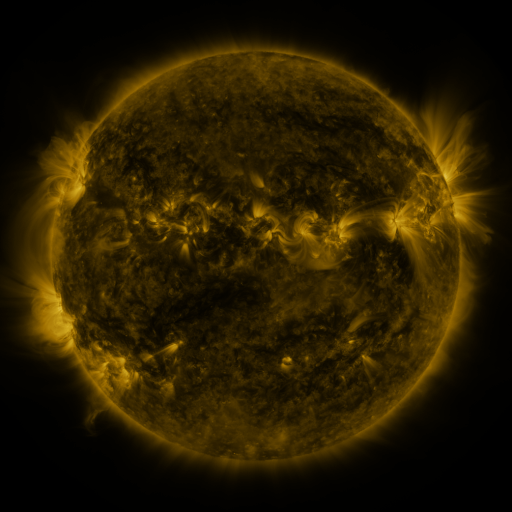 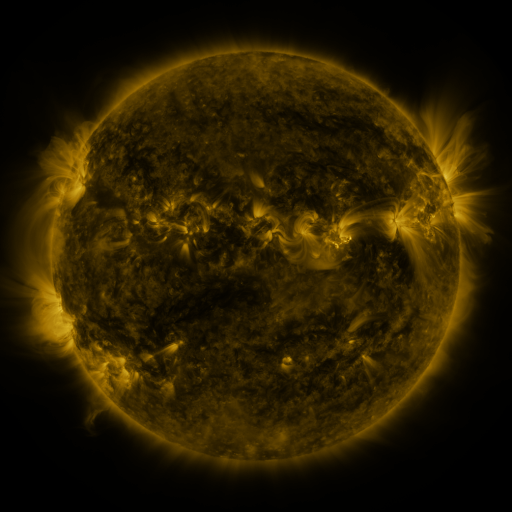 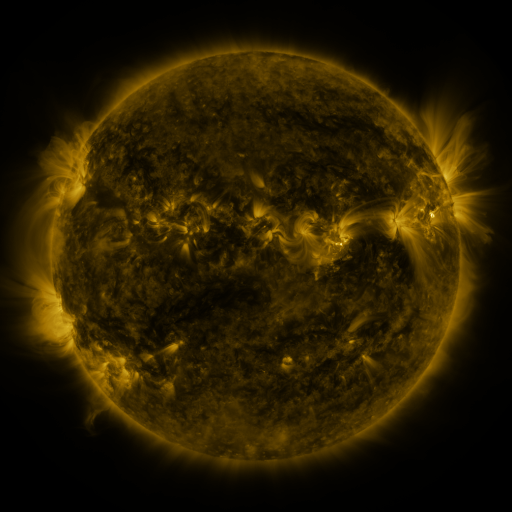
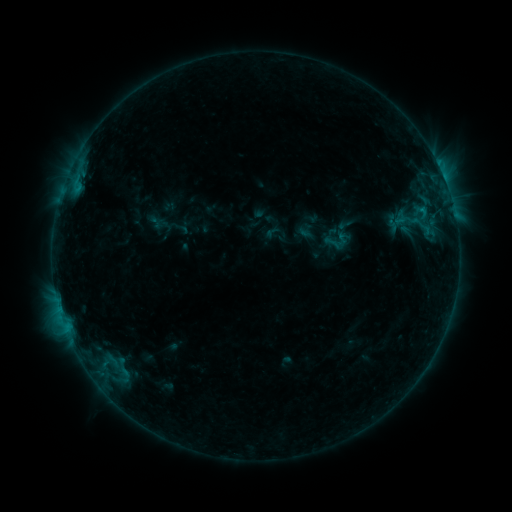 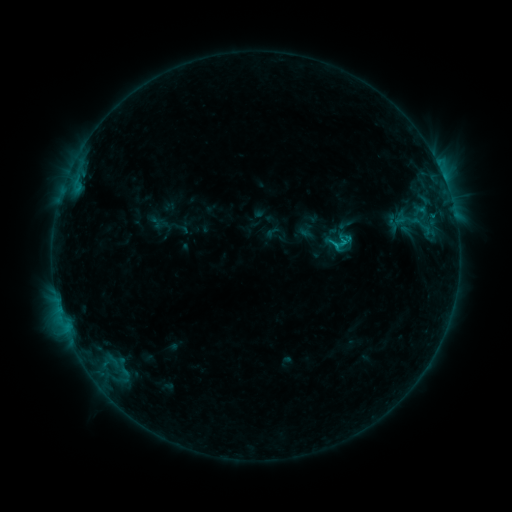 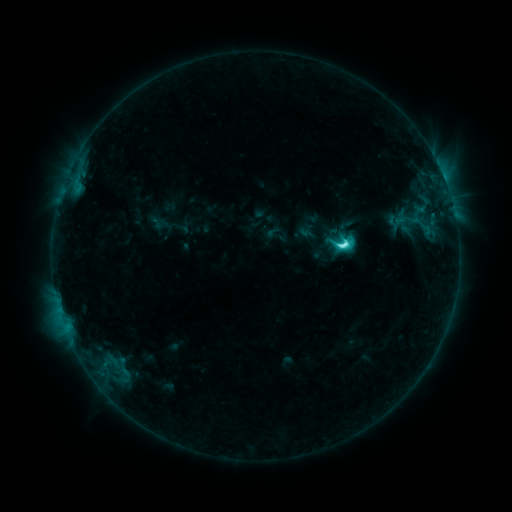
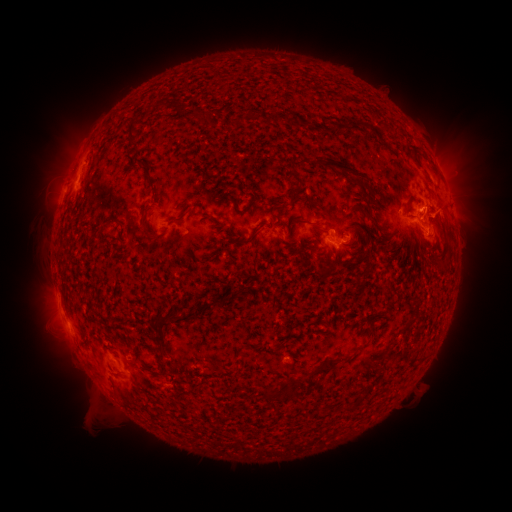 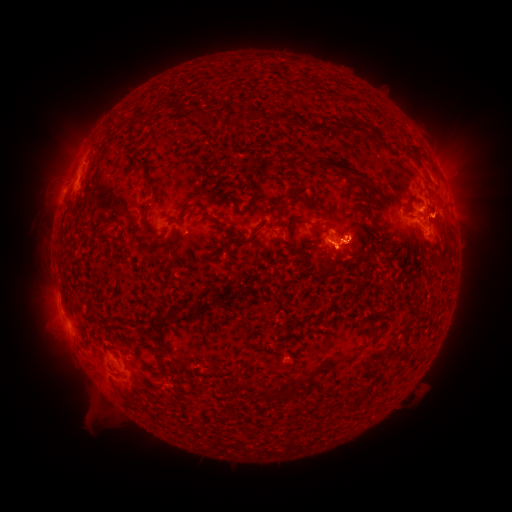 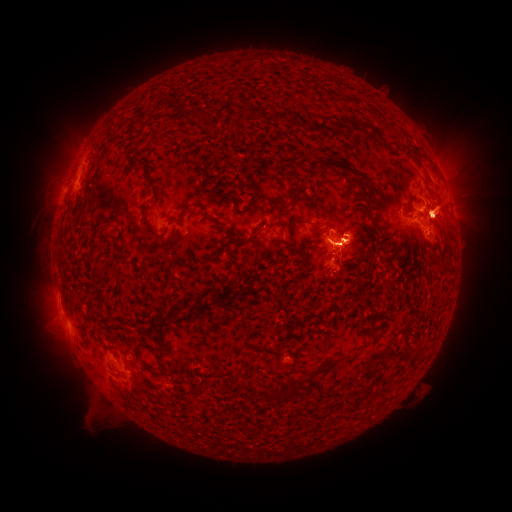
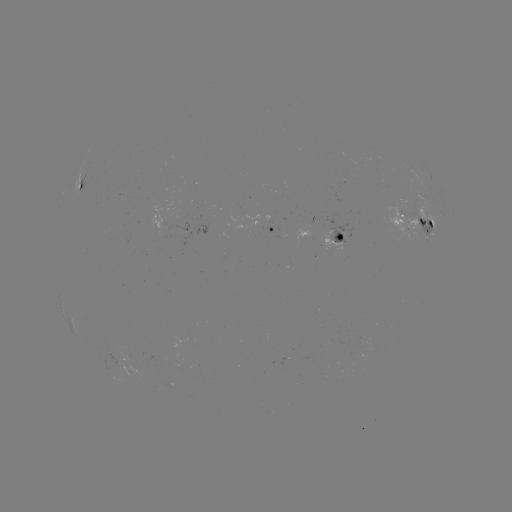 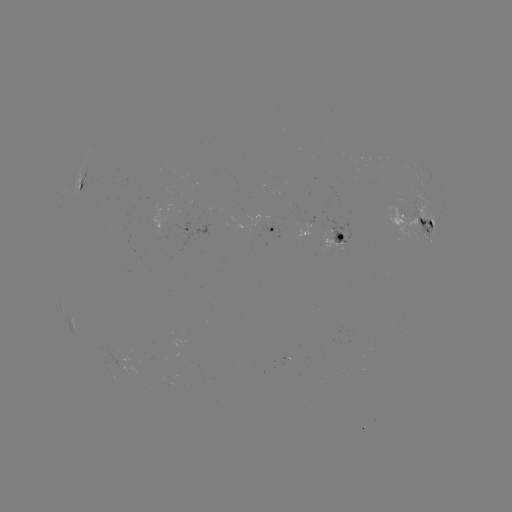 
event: eruption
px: (443, 216)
